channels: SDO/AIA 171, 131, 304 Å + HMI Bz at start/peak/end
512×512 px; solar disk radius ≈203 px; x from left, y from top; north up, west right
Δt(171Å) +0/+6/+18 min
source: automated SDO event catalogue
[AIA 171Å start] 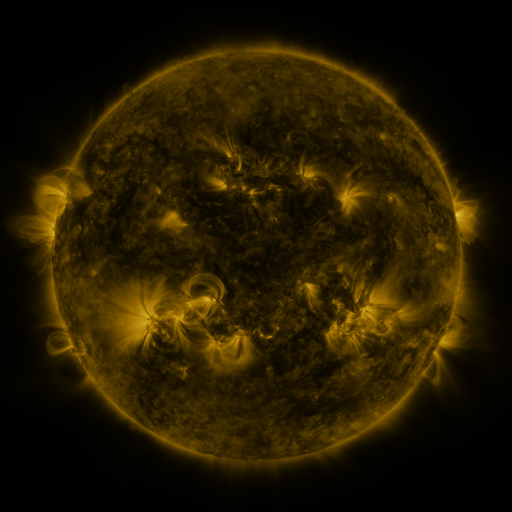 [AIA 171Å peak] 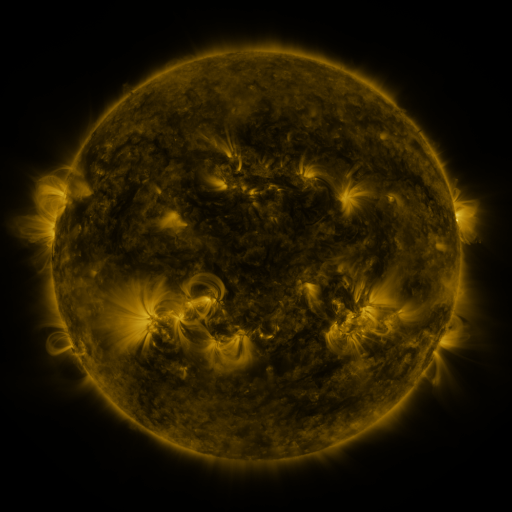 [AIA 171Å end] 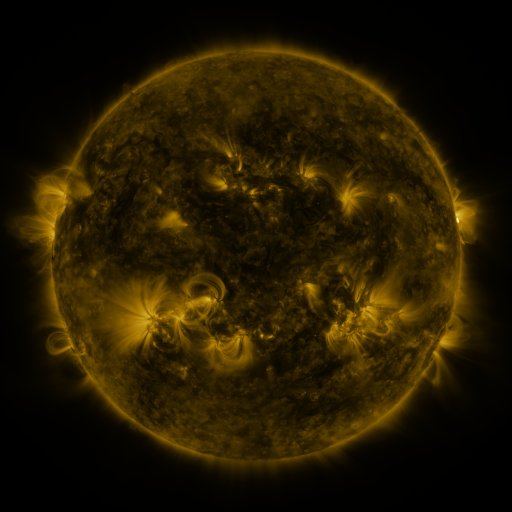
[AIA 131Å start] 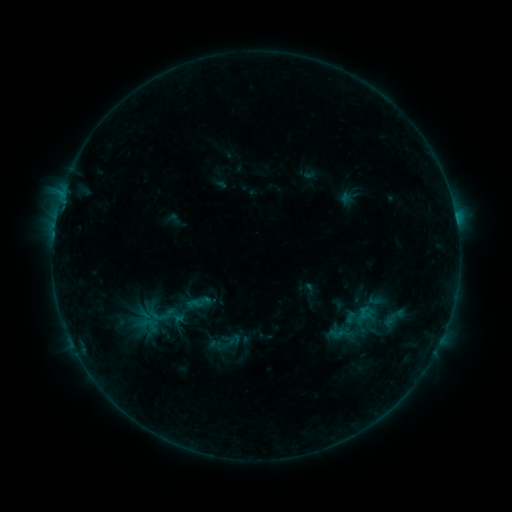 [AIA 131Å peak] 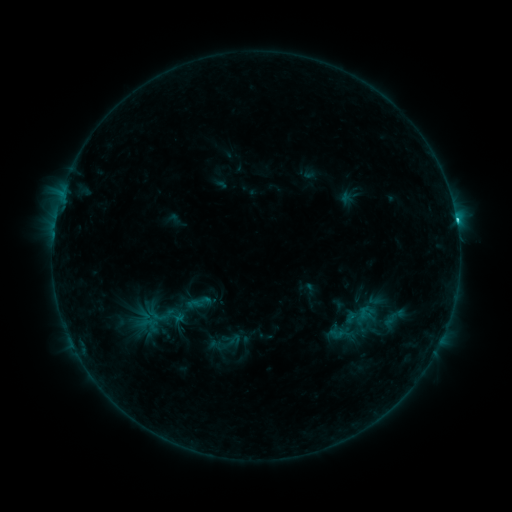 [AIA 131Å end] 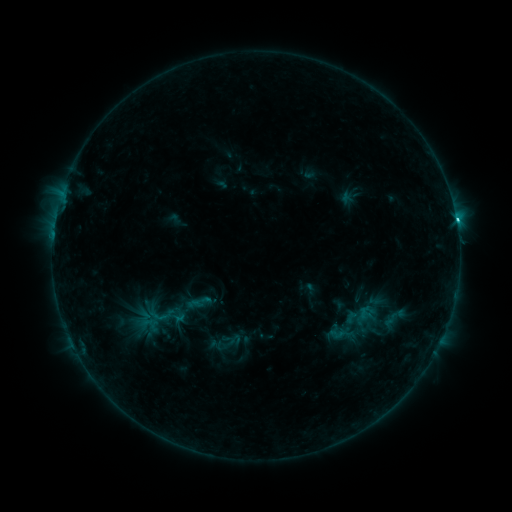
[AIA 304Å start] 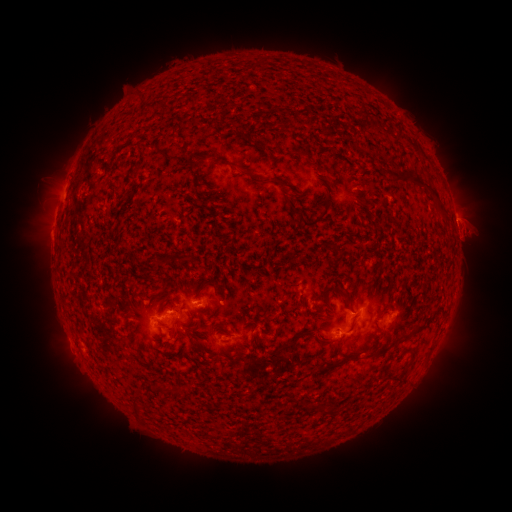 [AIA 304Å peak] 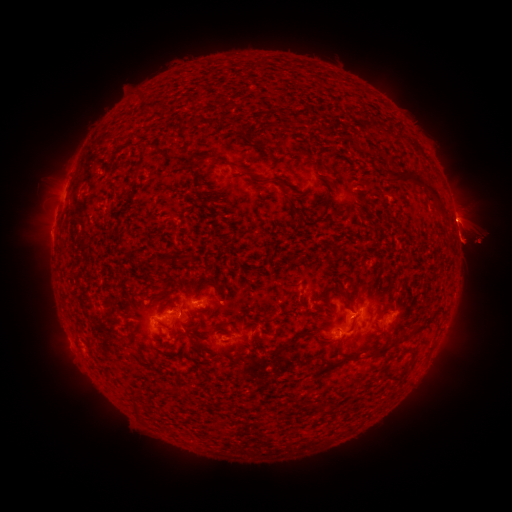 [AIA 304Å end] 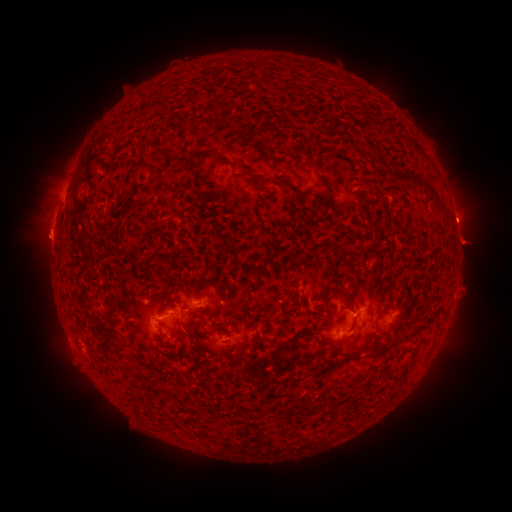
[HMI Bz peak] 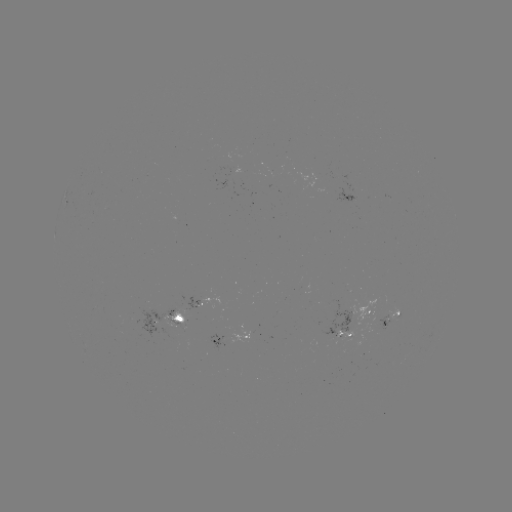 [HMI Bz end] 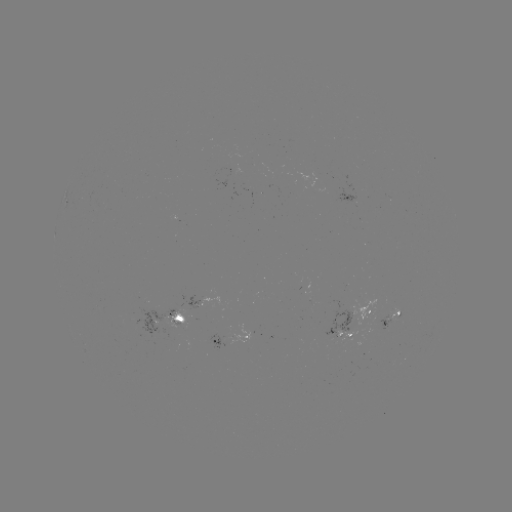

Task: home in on C3.2 flare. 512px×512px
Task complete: (456, 224).